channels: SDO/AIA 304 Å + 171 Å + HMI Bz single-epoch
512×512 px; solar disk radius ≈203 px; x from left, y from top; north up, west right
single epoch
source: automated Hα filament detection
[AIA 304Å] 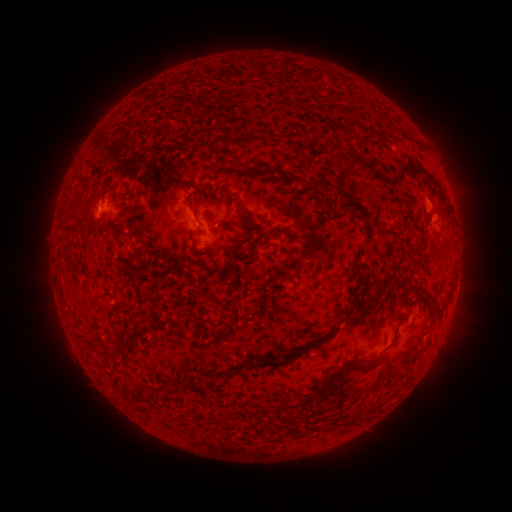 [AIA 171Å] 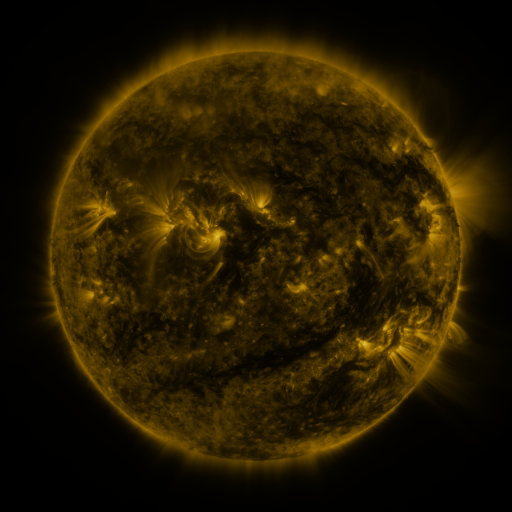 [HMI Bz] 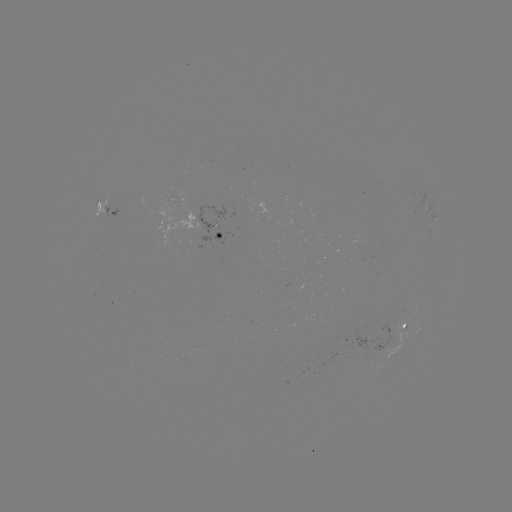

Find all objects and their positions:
filament: [342, 122, 354, 131]
filament: [258, 161, 330, 194]
filament: [411, 164, 439, 186]
filament: [336, 185, 375, 223]
filament: [219, 190, 232, 207]
filament: [185, 195, 200, 223]
filament: [233, 202, 251, 219]
filament: [62, 218, 86, 235]
filament: [248, 223, 258, 229]
filament: [113, 234, 144, 246]
filament: [188, 235, 197, 250]
filament: [246, 237, 260, 253]
filament: [162, 252, 185, 274]
filament: [164, 253, 173, 262]
filament: [356, 261, 369, 269]
filament: [131, 267, 148, 281]
filament: [406, 275, 441, 318]
filament: [344, 292, 360, 318]
filament: [284, 320, 338, 357]
filament: [91, 340, 119, 362]
filament: [323, 351, 390, 390]
filament: [254, 356, 272, 369]
filament: [353, 410, 363, 420]
